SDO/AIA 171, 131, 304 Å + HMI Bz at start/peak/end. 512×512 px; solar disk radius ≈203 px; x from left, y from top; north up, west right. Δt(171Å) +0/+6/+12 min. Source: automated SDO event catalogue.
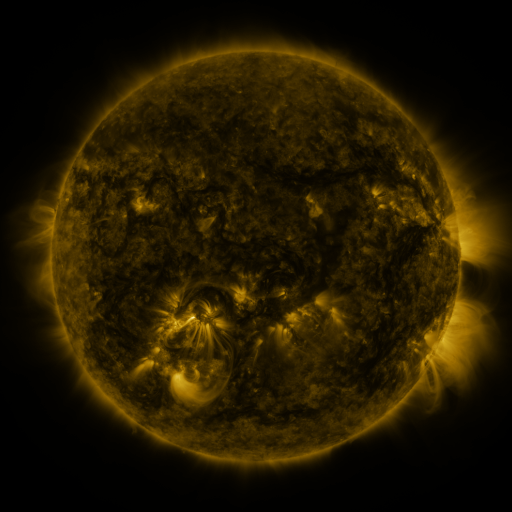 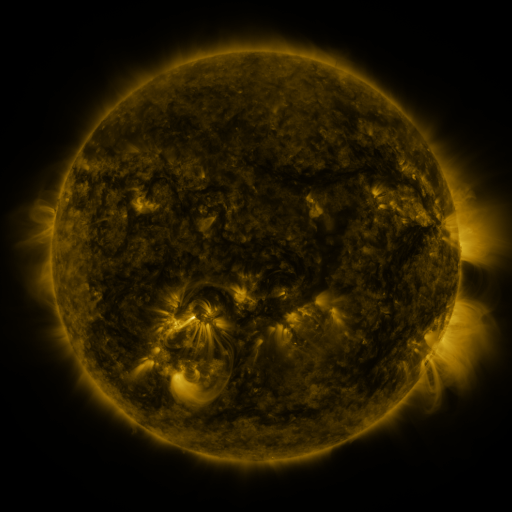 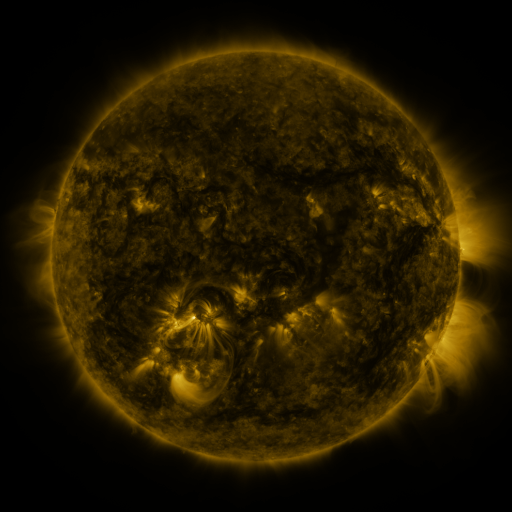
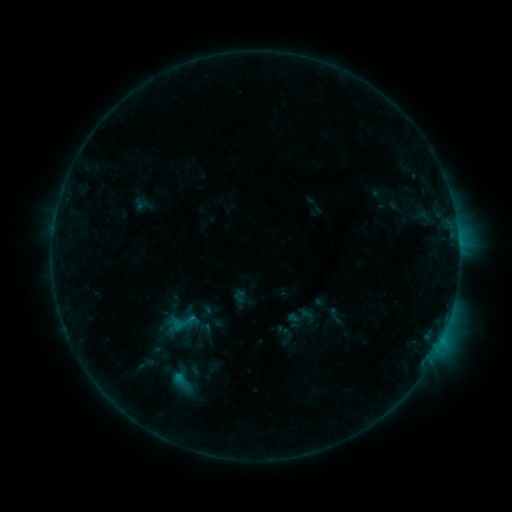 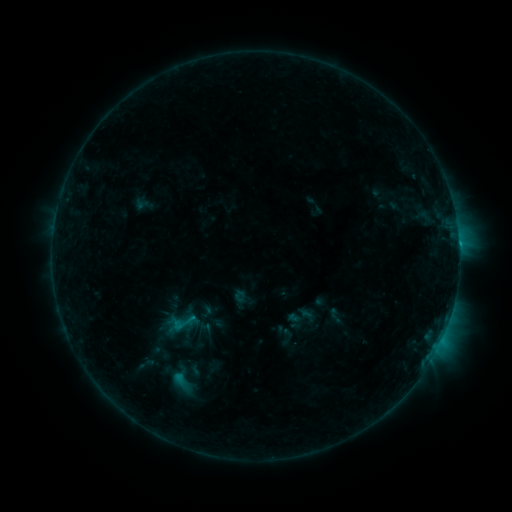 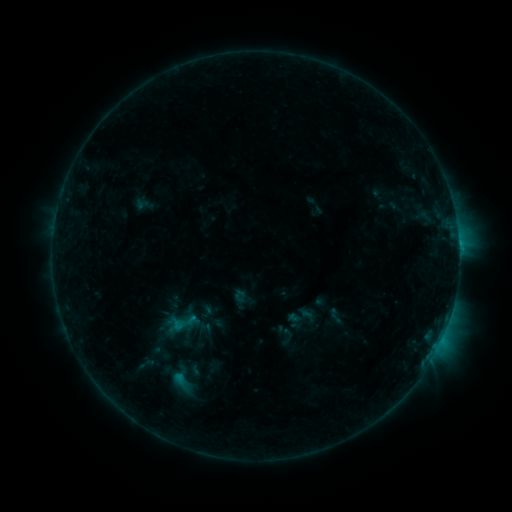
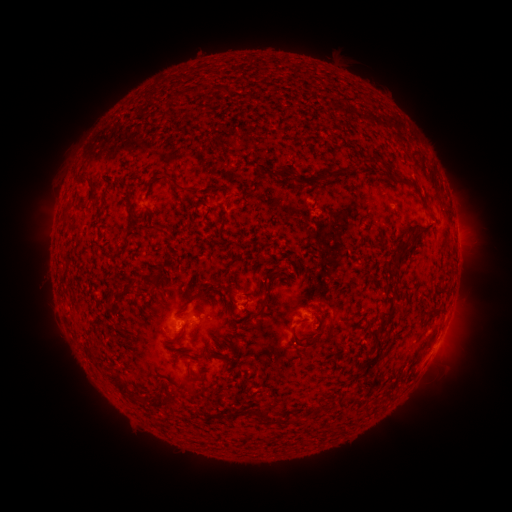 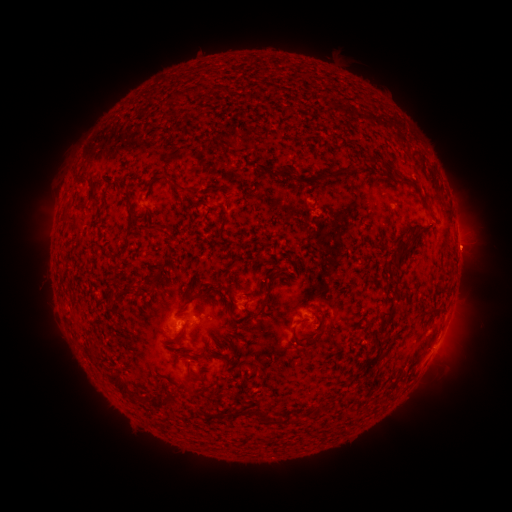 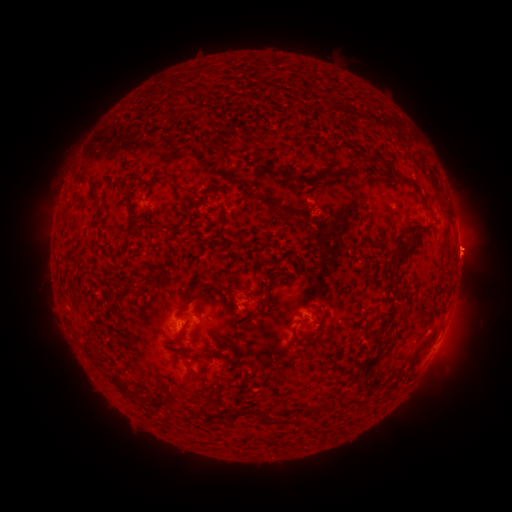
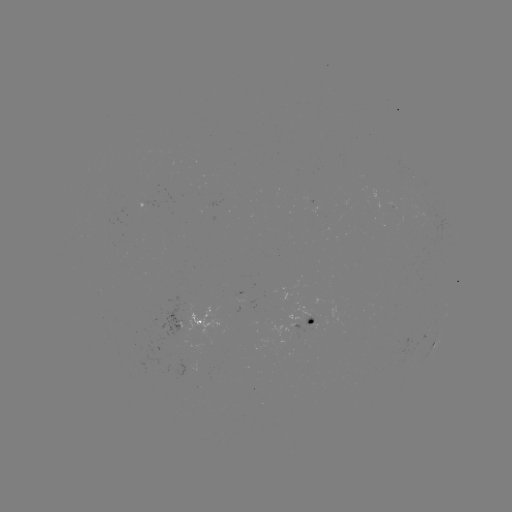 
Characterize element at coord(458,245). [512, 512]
B3.8 flare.